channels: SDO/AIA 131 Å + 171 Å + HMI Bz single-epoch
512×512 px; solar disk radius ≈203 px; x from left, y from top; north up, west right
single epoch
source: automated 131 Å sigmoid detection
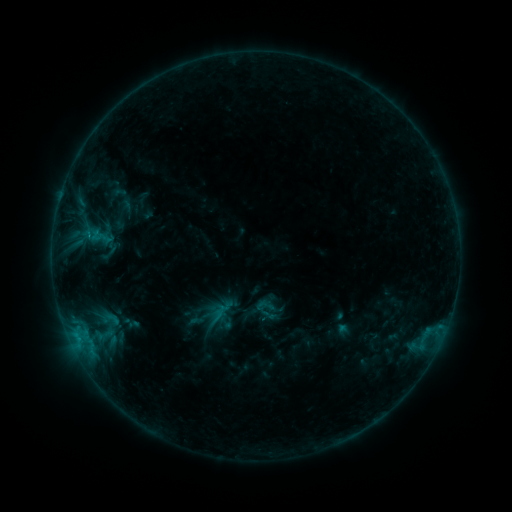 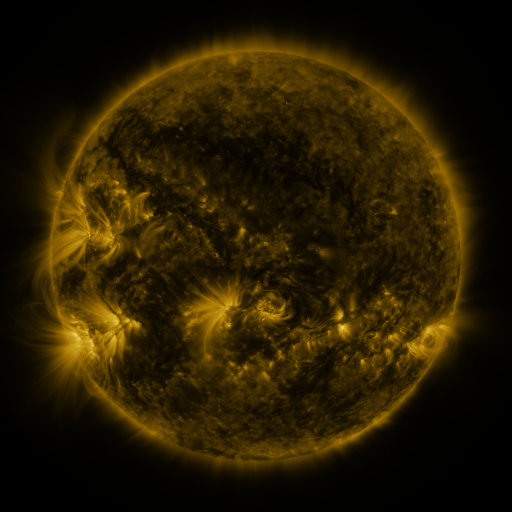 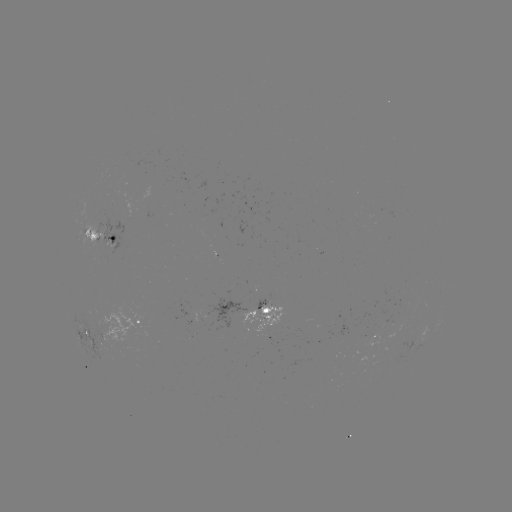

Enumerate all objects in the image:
sigmoid: [256, 295, 276, 315]
sigmoid: [99, 307, 125, 330]
